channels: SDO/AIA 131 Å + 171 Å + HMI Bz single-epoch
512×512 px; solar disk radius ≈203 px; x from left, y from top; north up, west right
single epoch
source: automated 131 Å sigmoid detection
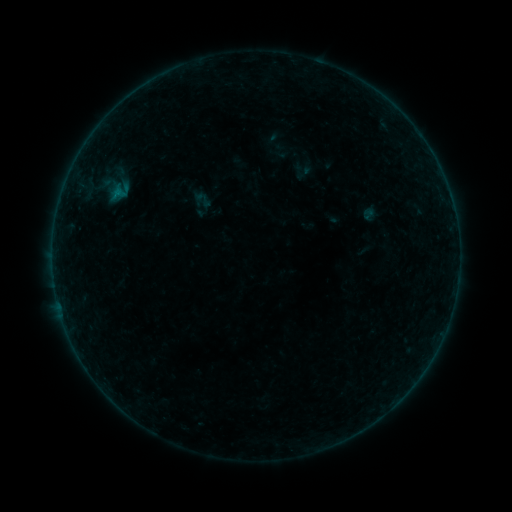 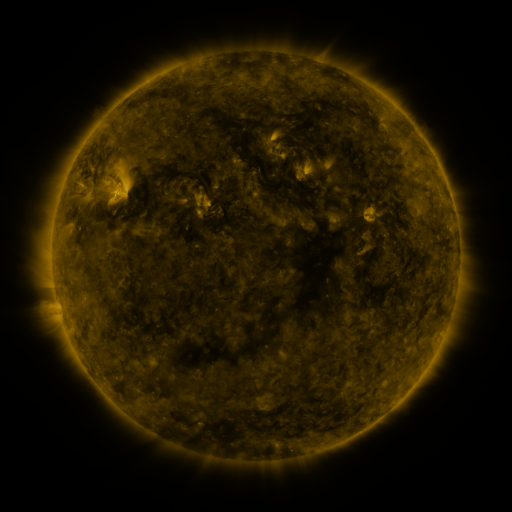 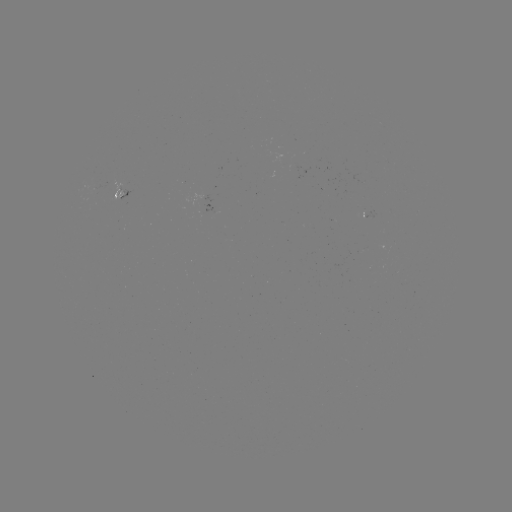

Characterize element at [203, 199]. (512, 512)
sigmoid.